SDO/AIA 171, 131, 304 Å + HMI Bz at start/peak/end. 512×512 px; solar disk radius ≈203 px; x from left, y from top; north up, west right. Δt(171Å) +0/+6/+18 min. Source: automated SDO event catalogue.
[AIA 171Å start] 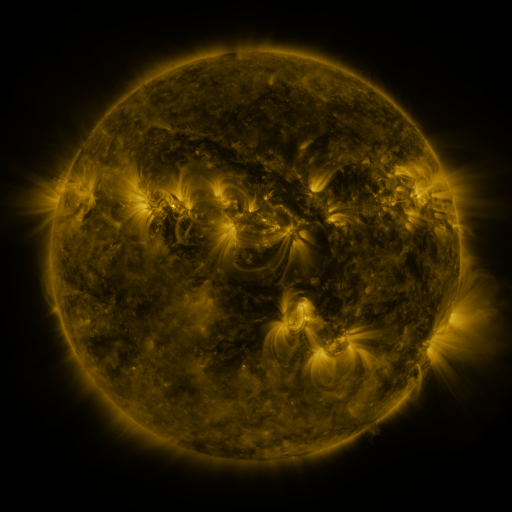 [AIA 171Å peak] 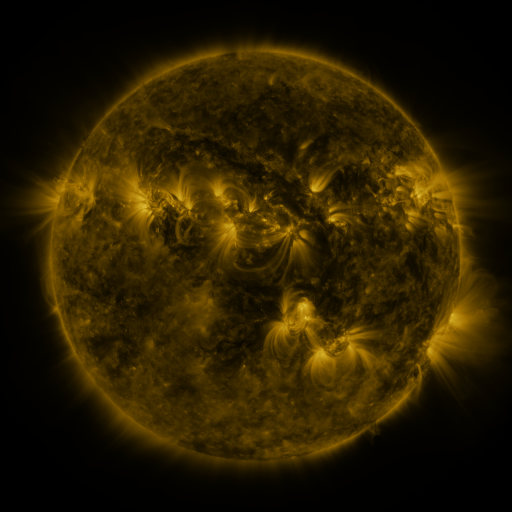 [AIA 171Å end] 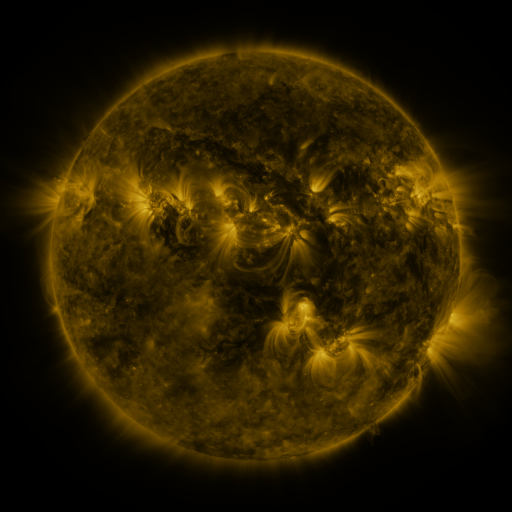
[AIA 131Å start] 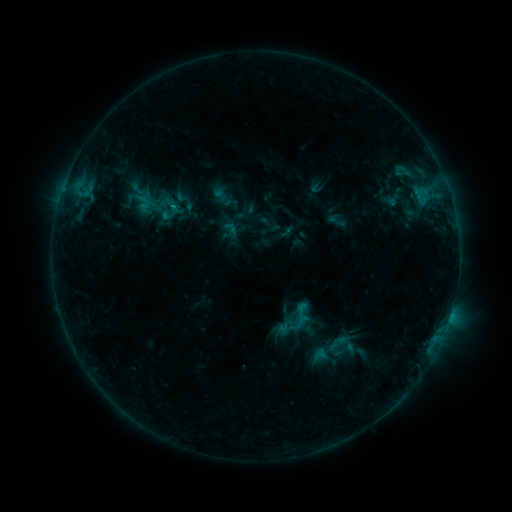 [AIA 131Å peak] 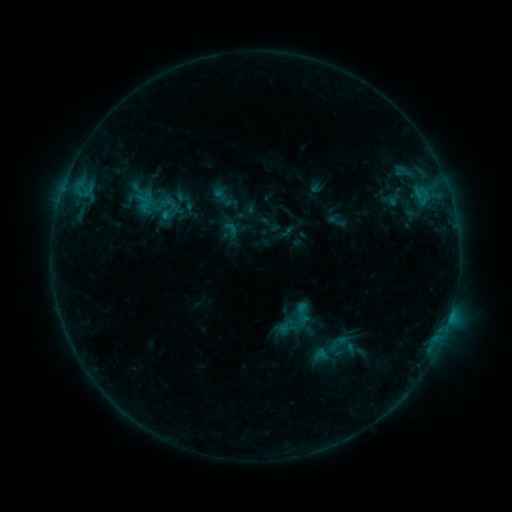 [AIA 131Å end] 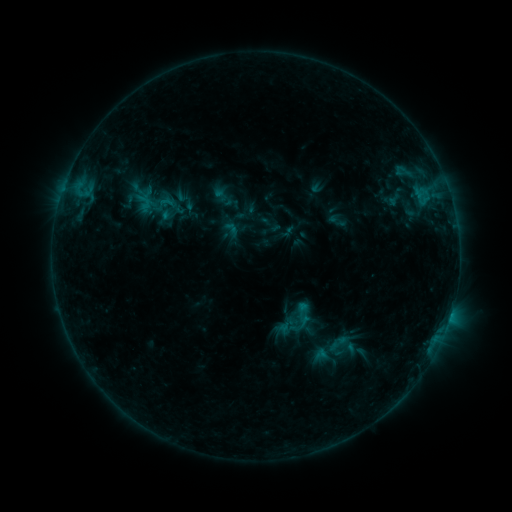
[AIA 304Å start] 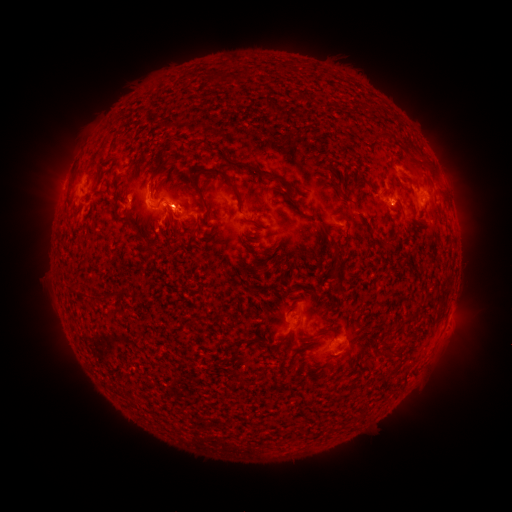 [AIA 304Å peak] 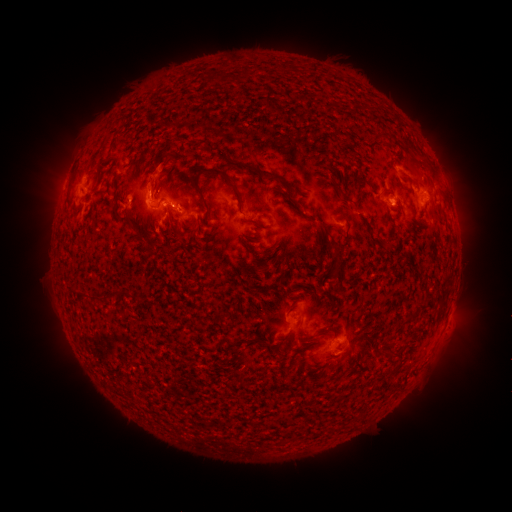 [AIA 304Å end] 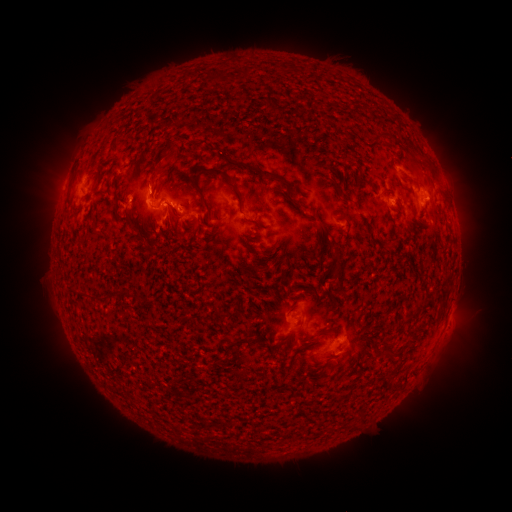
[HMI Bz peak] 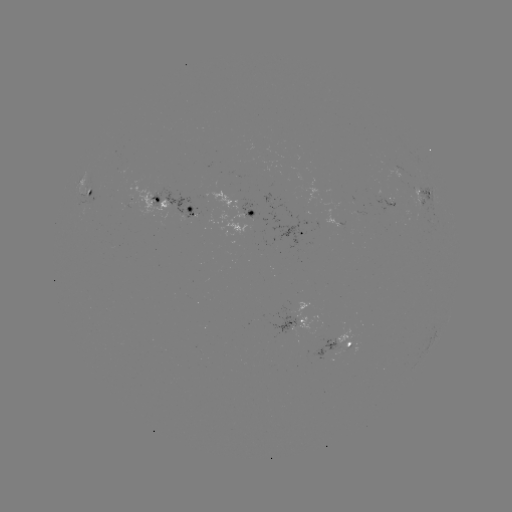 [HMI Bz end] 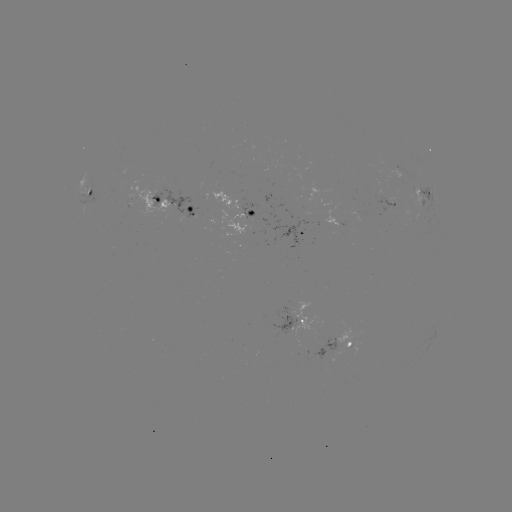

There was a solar eruption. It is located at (158, 171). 